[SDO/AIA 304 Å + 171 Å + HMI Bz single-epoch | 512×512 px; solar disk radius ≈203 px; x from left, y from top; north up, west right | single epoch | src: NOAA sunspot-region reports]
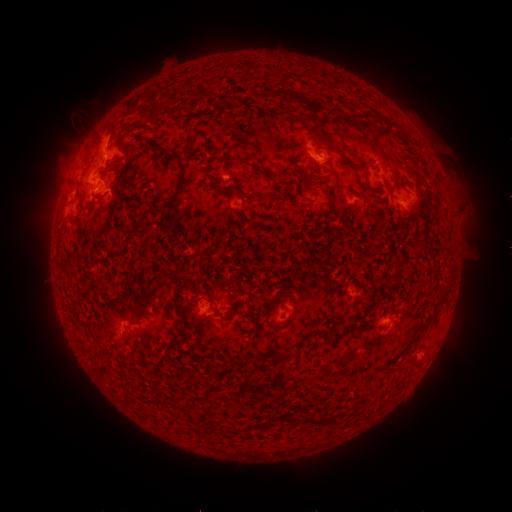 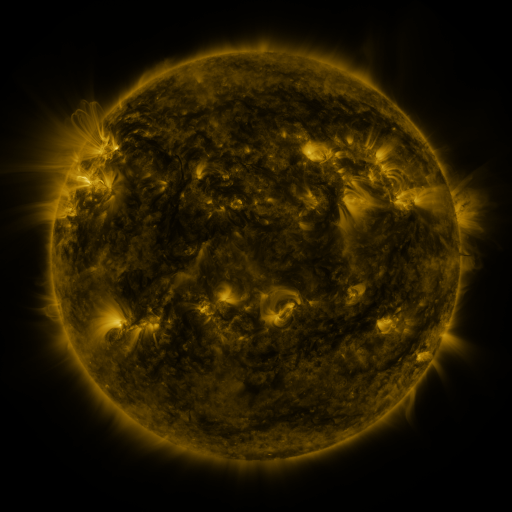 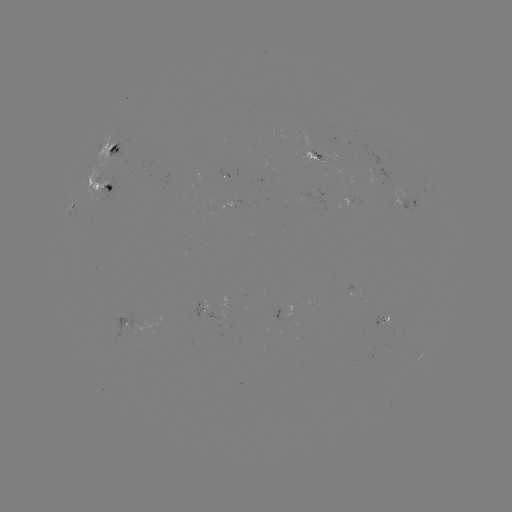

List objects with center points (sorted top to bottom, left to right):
spotted active region: (112, 151)
spotted active region: (316, 155)
spotted active region: (389, 175)
spotted active region: (104, 186)
spotted active region: (352, 199)
spotted active region: (76, 203)
spotted active region: (408, 203)
spotted active region: (126, 320)
